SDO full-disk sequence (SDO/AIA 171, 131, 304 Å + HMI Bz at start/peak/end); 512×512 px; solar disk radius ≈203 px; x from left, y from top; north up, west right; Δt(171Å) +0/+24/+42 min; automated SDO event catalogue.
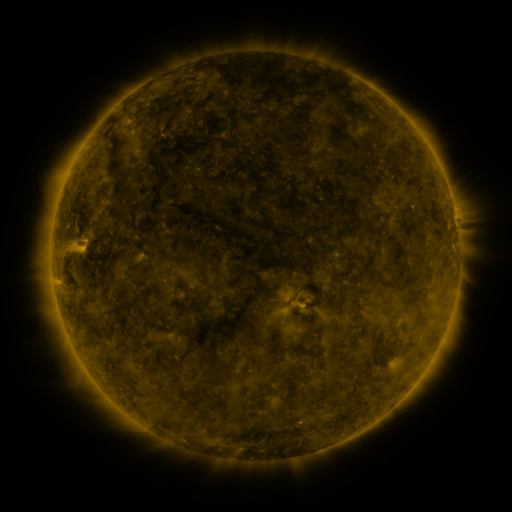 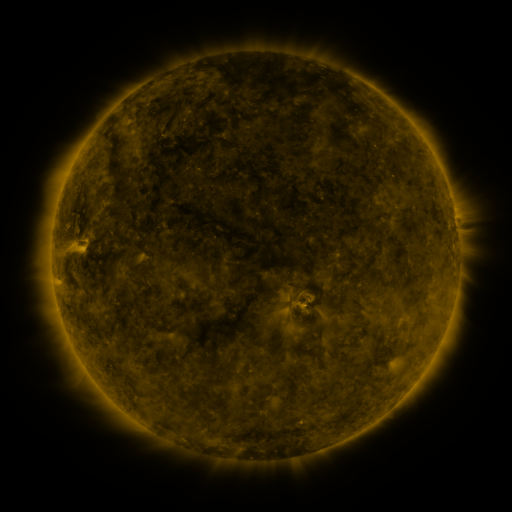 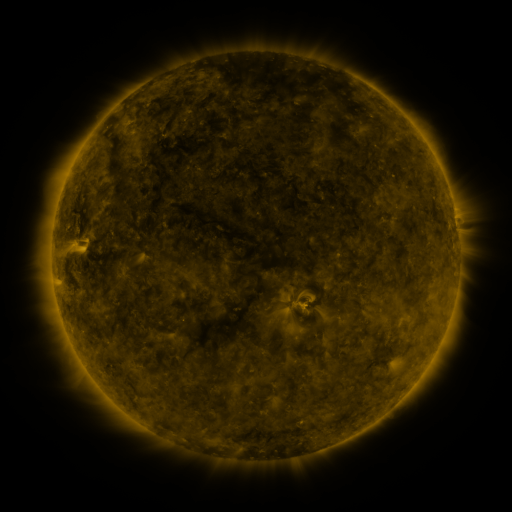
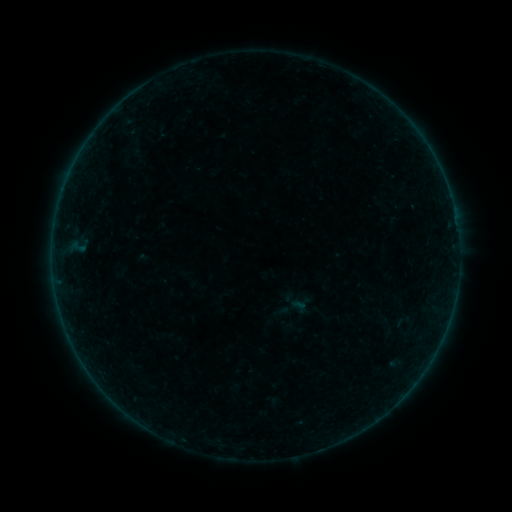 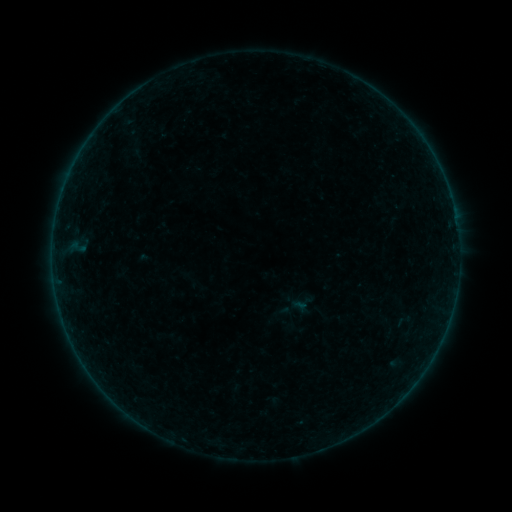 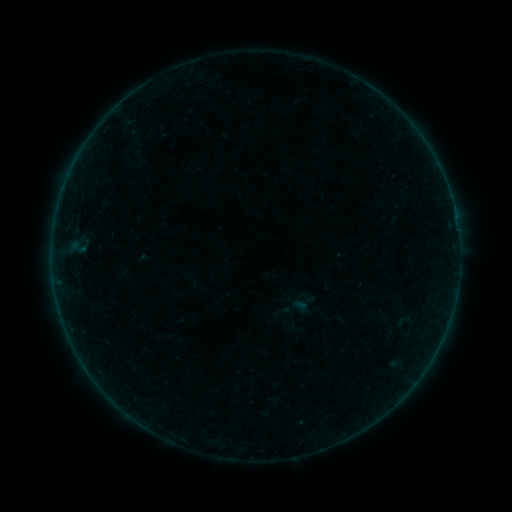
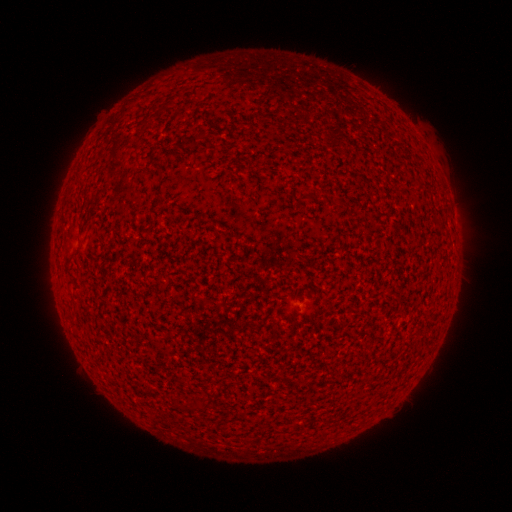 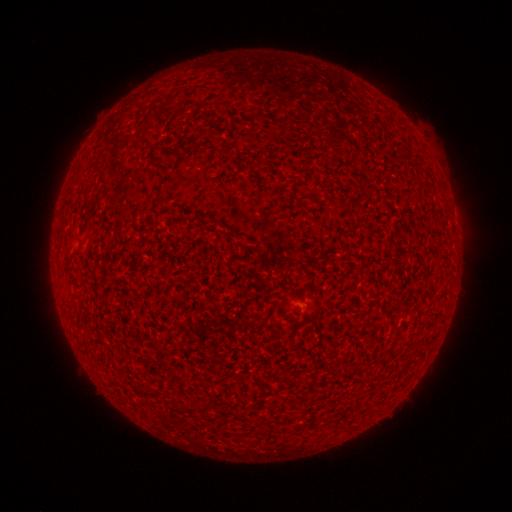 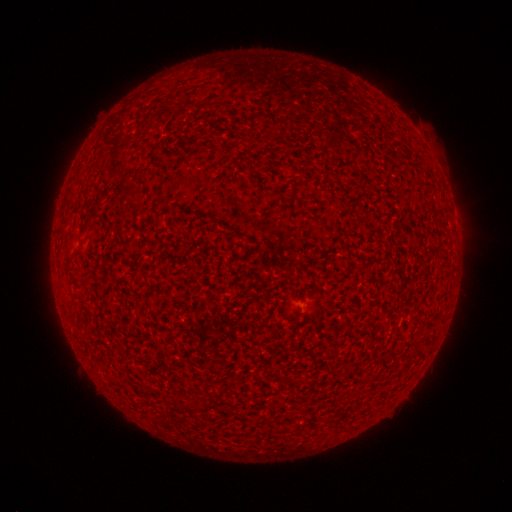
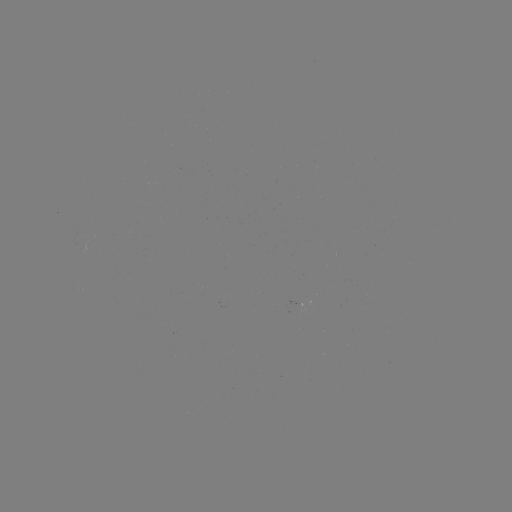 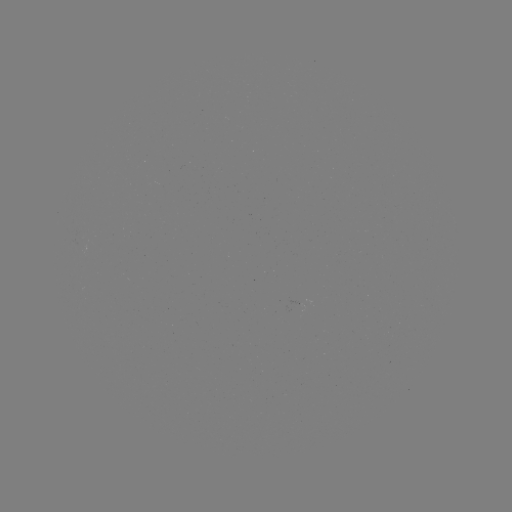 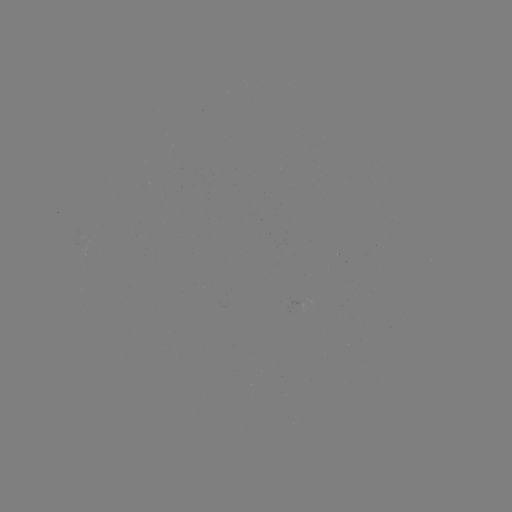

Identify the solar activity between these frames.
no classed flare was catalogued and no EUV brightening was flagged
